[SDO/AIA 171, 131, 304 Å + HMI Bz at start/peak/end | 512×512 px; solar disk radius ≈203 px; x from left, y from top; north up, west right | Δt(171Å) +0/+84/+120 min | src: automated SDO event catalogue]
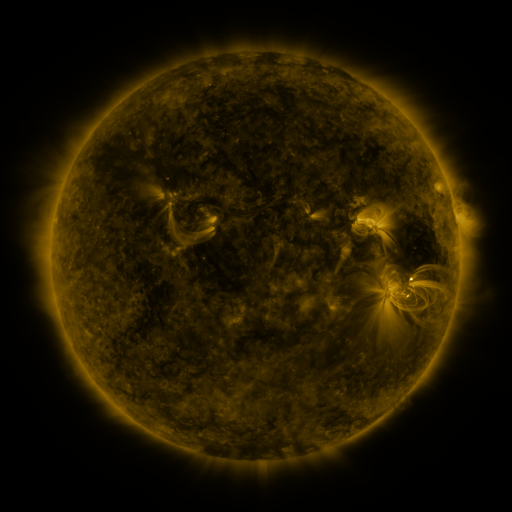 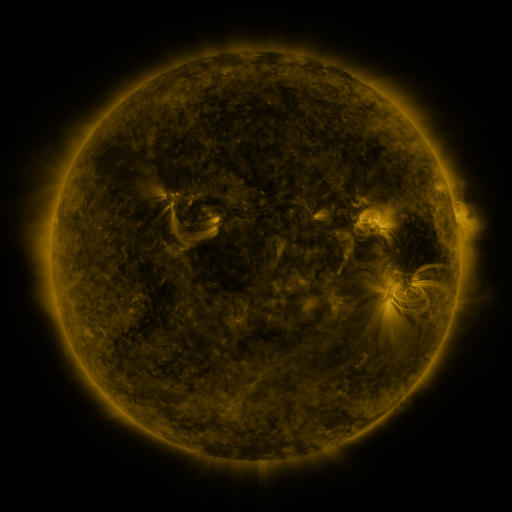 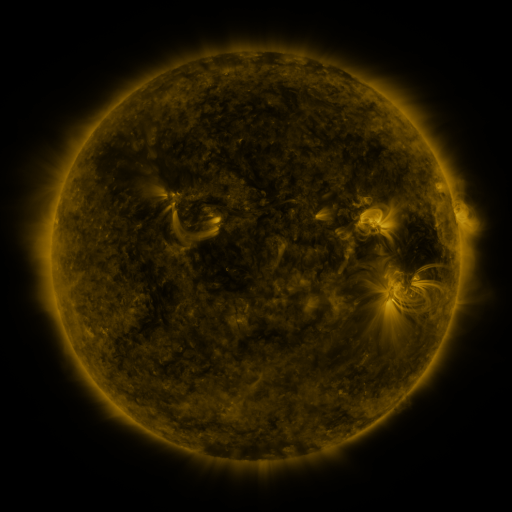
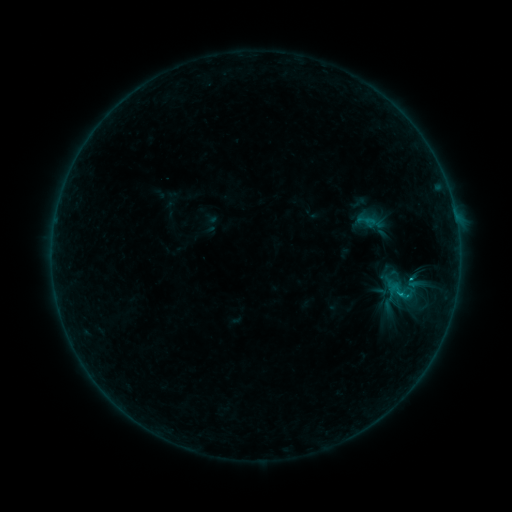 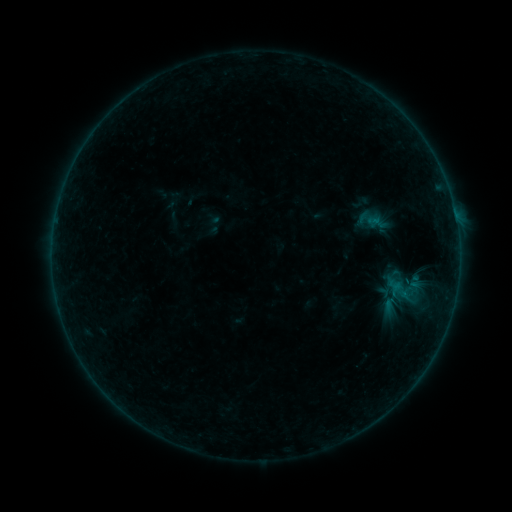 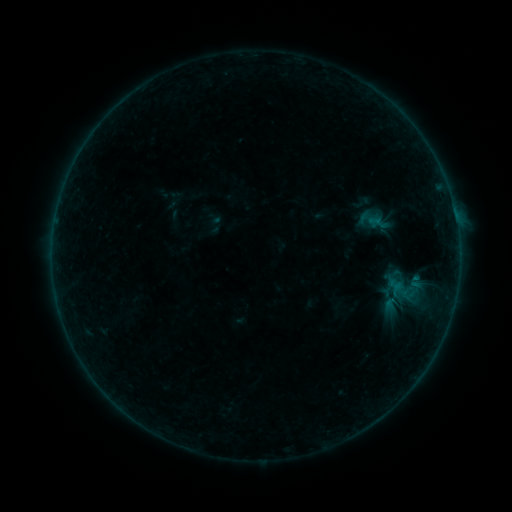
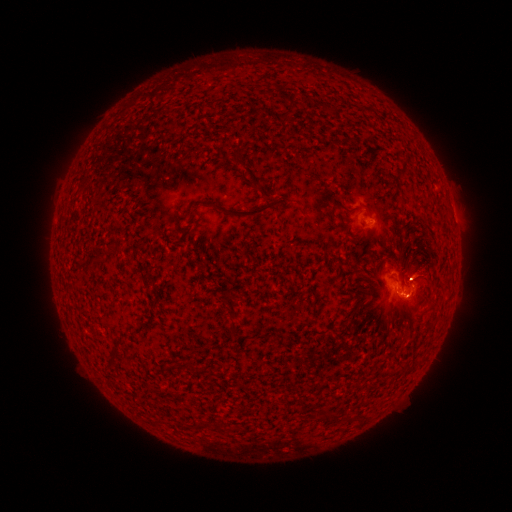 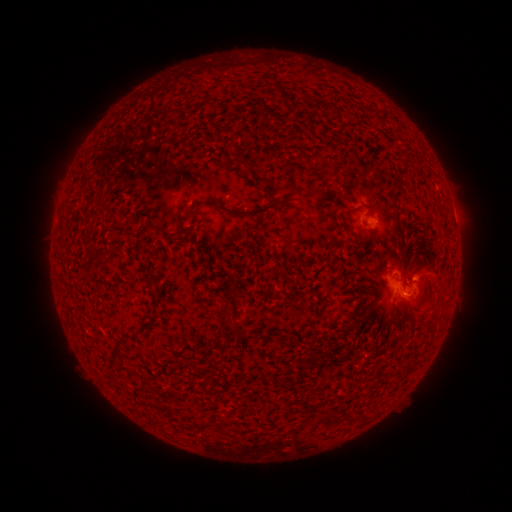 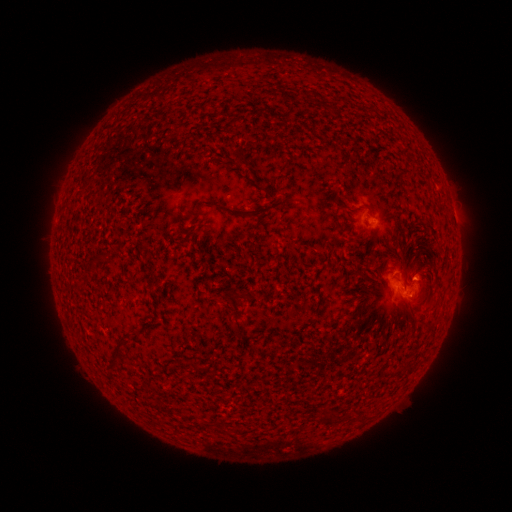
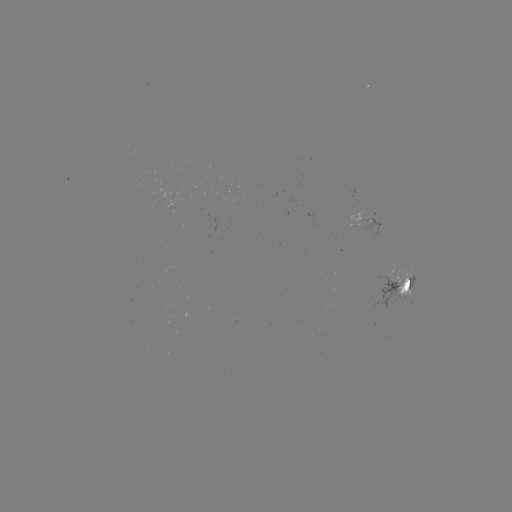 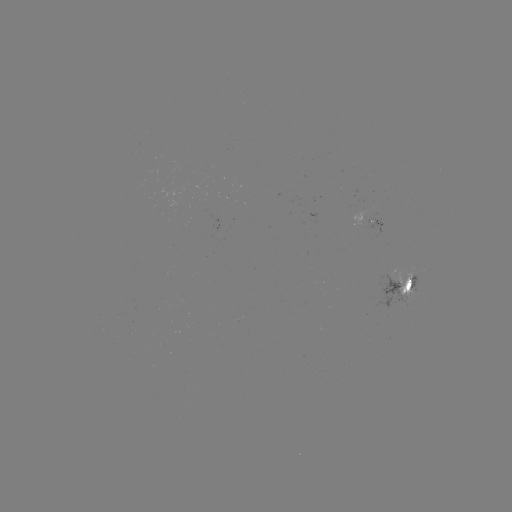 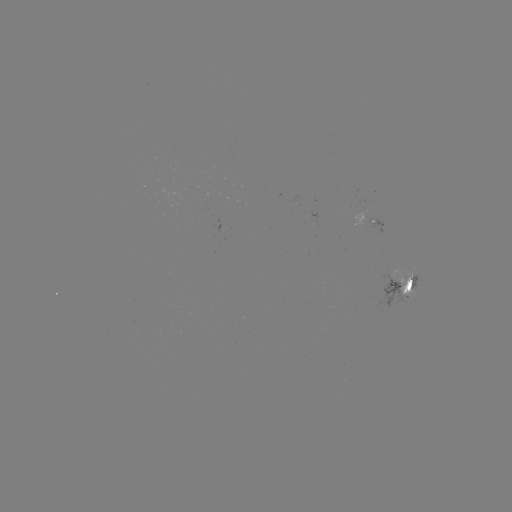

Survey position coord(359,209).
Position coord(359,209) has emerging-flux region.